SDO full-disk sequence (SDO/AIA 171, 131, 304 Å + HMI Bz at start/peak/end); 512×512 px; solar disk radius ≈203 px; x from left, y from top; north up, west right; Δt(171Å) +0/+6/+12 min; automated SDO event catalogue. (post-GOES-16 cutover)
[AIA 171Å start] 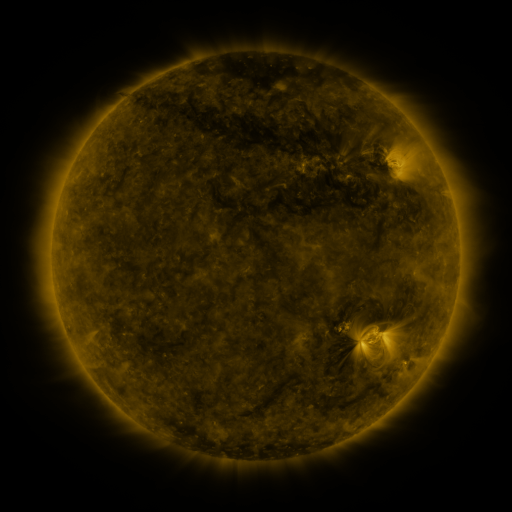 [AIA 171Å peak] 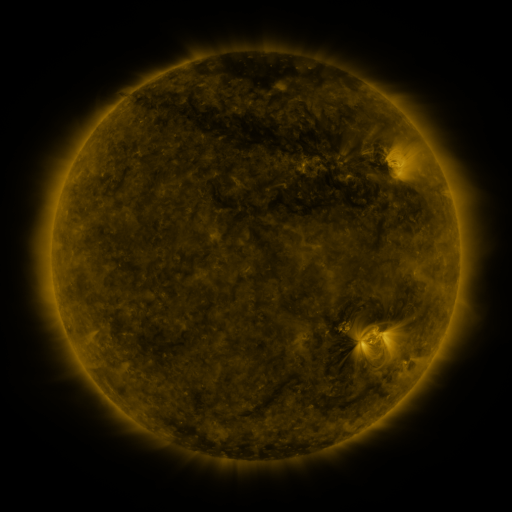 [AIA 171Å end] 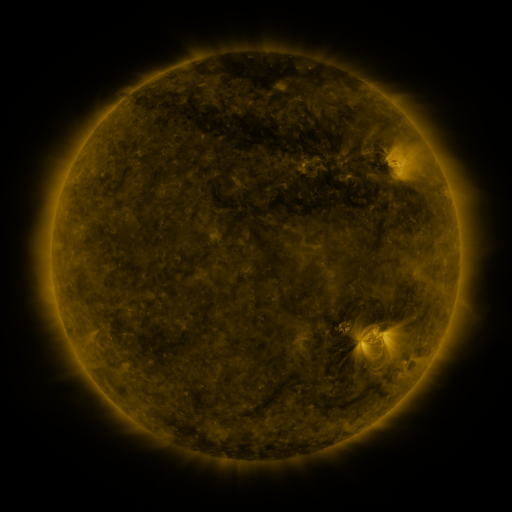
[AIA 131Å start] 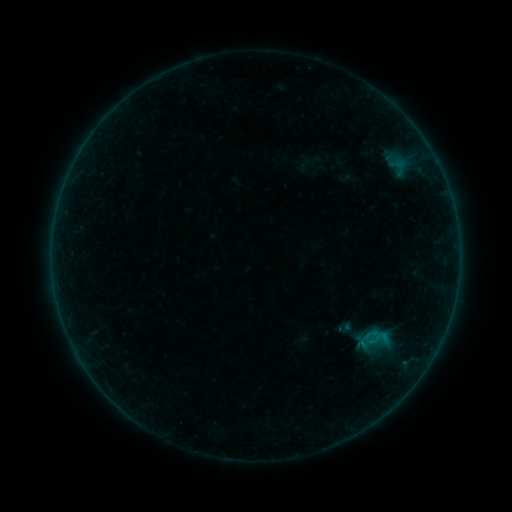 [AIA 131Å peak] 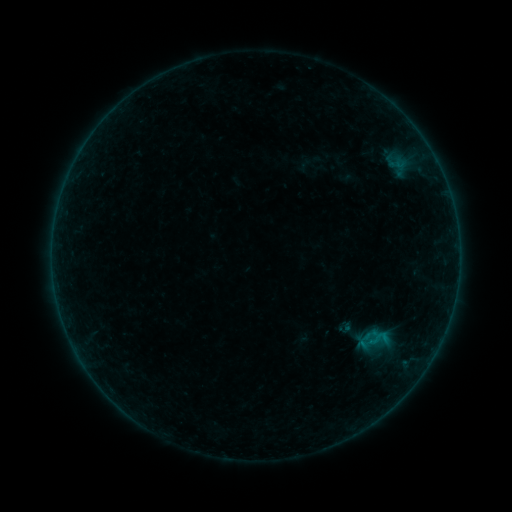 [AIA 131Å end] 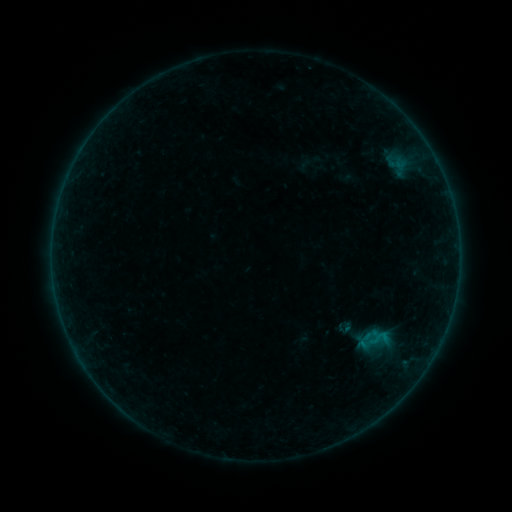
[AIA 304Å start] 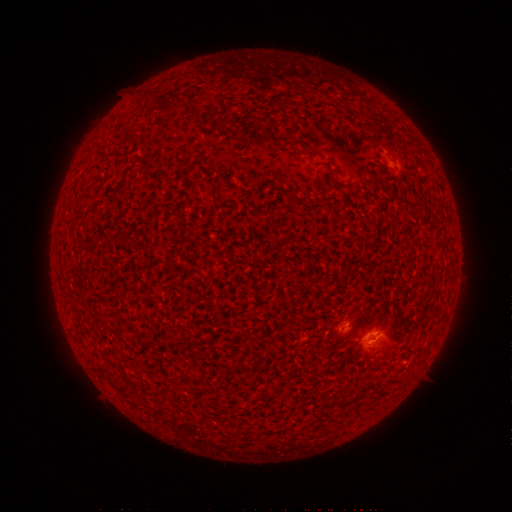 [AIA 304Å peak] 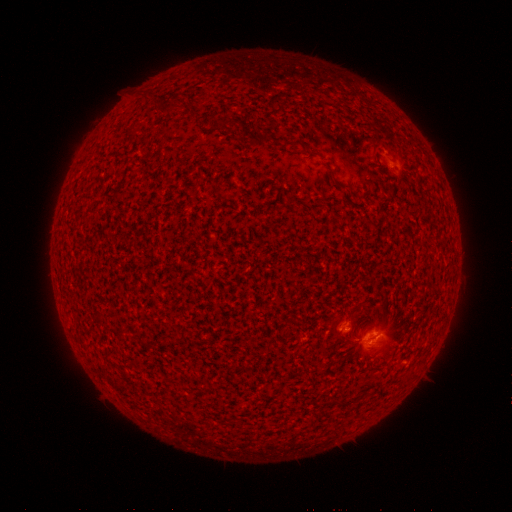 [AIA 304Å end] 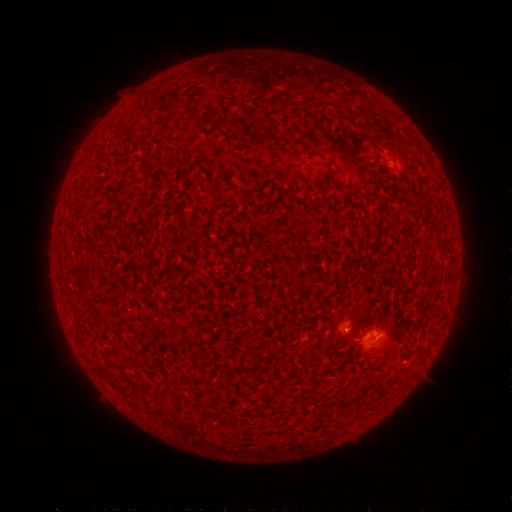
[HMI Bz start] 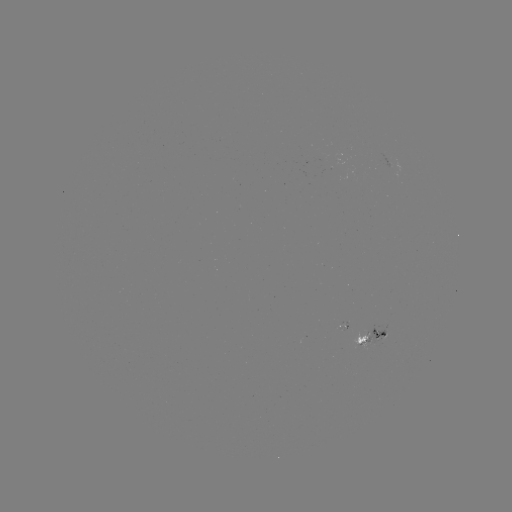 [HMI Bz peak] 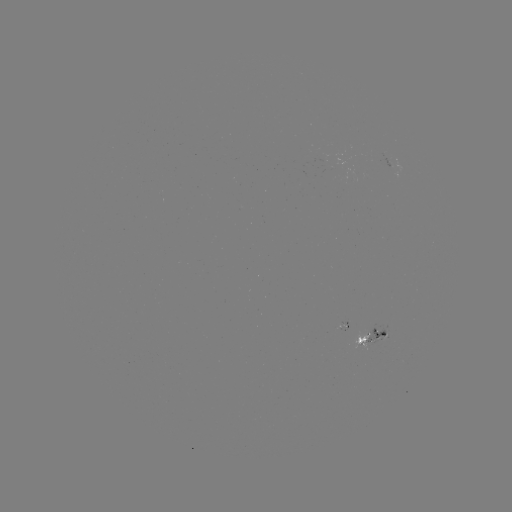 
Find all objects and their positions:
B2.4 flare: (373, 341)
